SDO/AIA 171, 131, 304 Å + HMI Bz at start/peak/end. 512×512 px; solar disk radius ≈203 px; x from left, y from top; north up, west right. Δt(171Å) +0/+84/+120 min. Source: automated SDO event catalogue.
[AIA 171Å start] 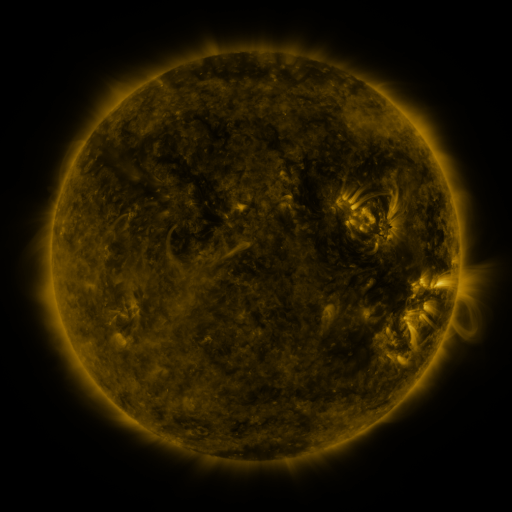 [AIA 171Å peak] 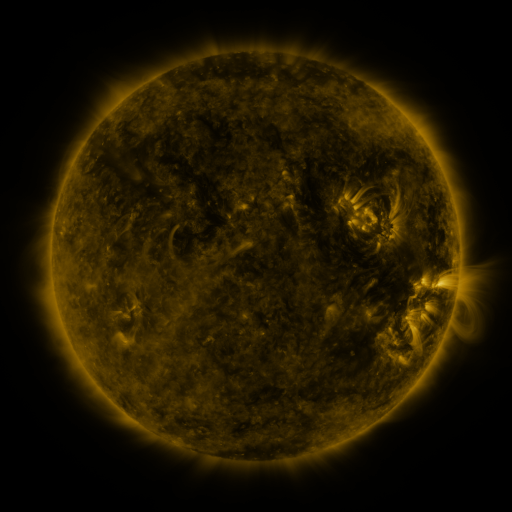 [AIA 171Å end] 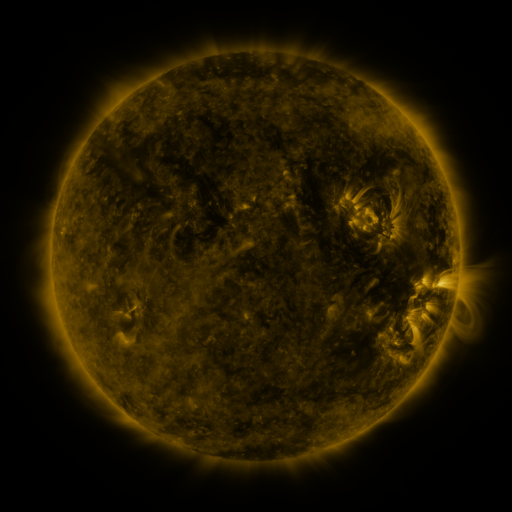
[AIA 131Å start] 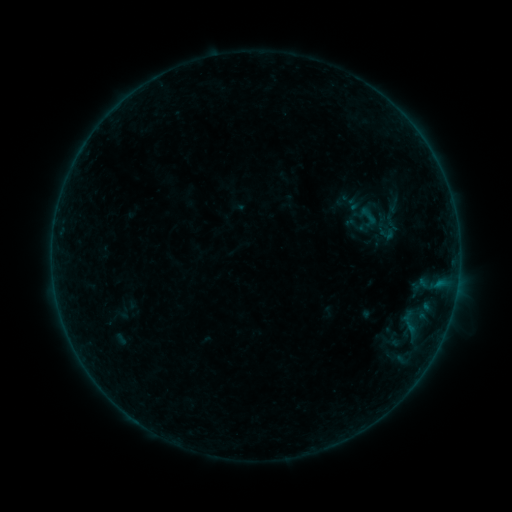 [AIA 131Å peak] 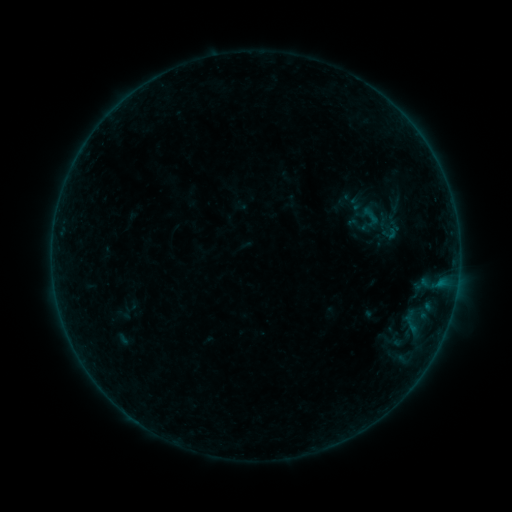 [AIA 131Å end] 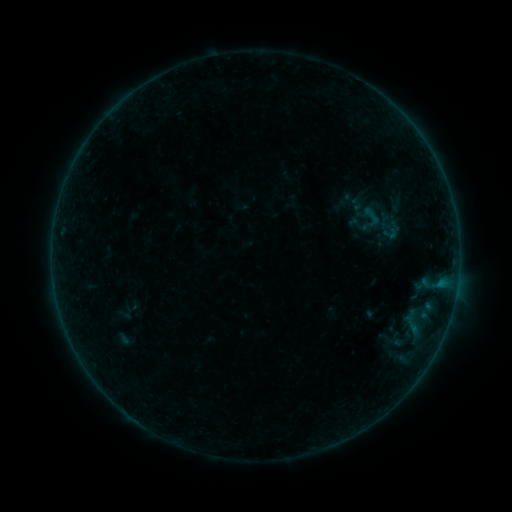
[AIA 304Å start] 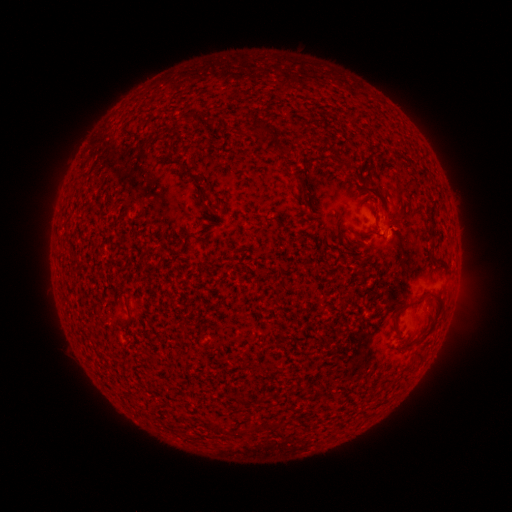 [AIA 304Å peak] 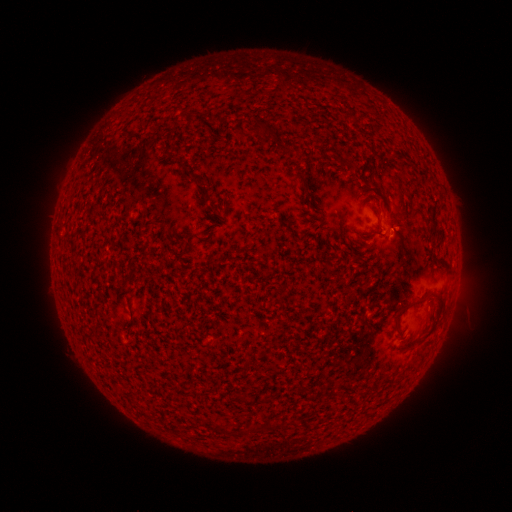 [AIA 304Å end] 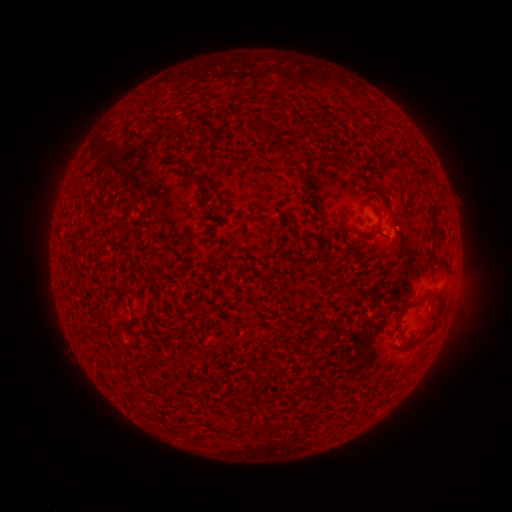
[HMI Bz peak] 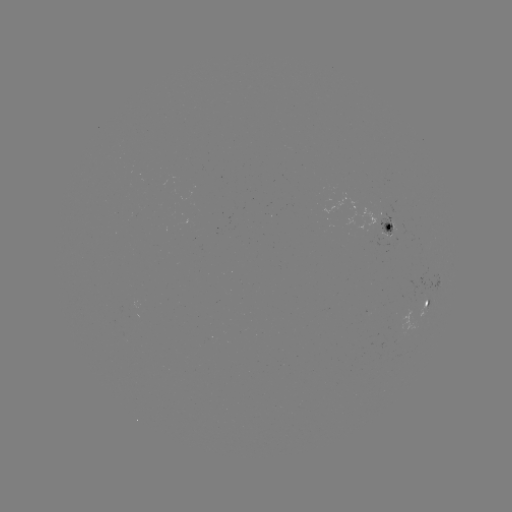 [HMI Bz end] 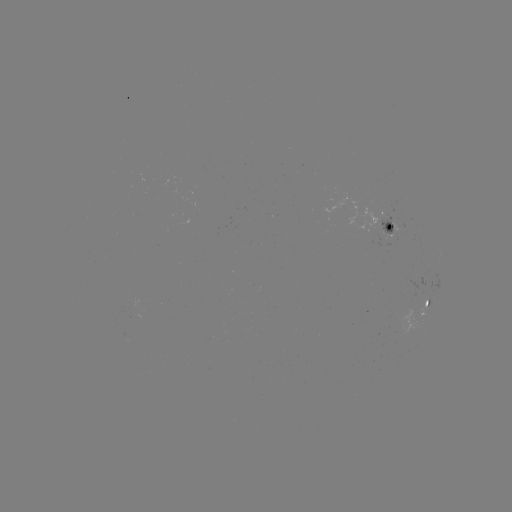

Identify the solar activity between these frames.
emerging-flux region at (384, 221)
